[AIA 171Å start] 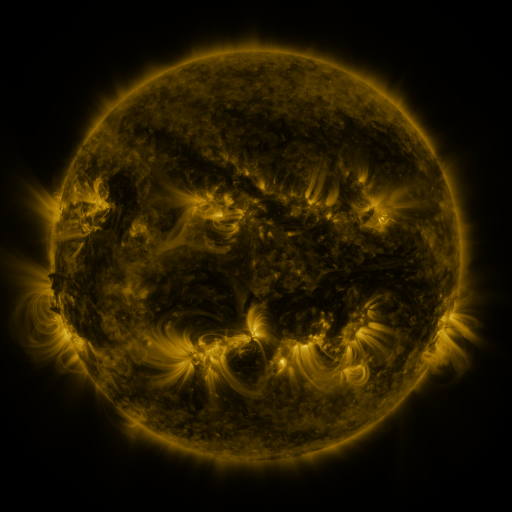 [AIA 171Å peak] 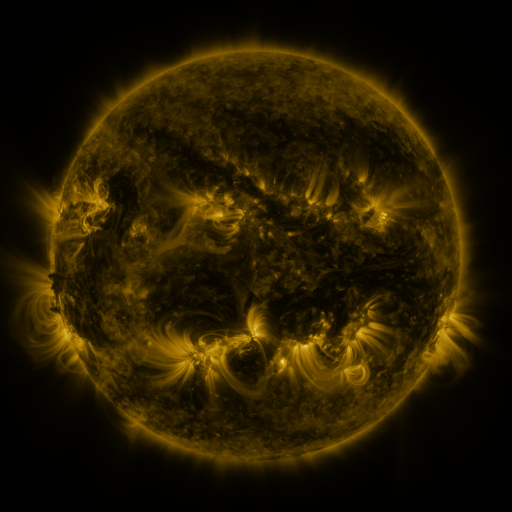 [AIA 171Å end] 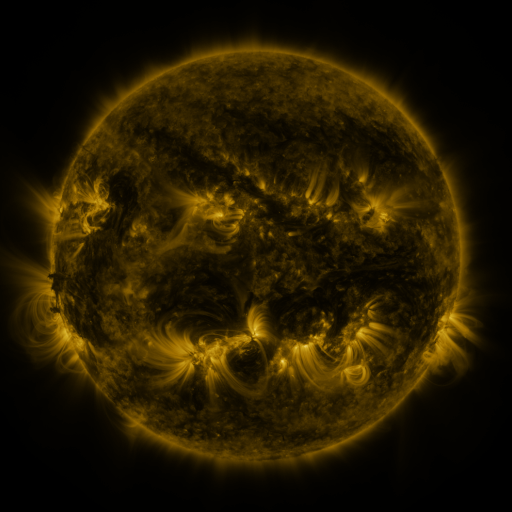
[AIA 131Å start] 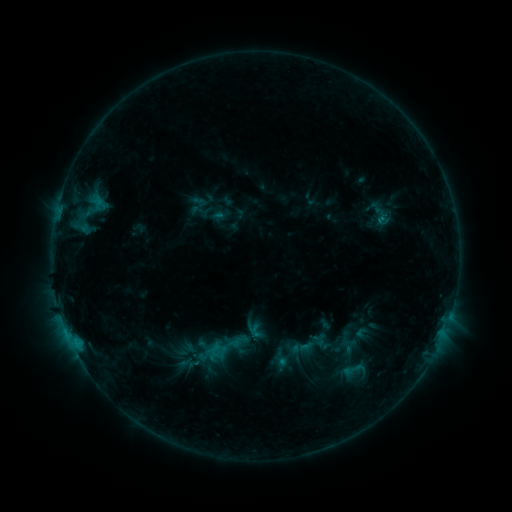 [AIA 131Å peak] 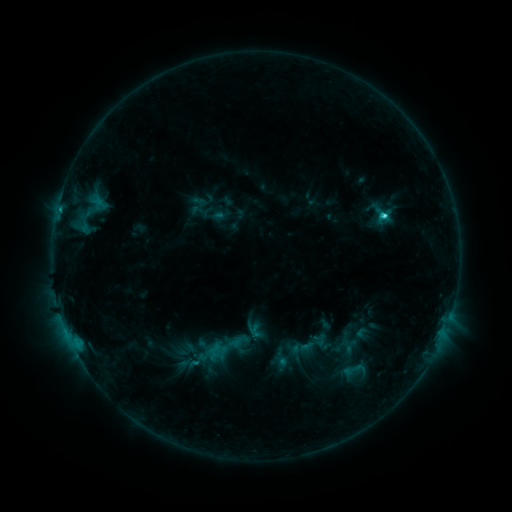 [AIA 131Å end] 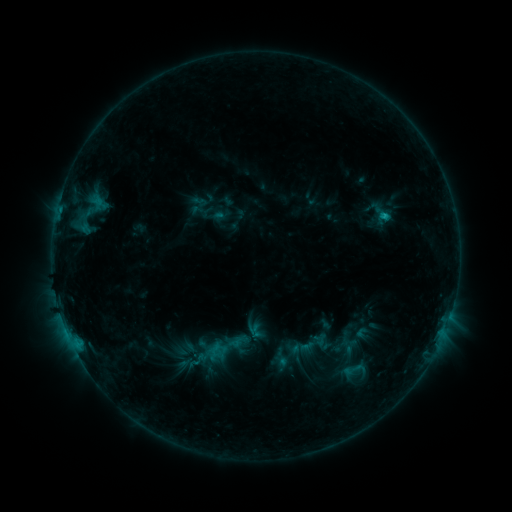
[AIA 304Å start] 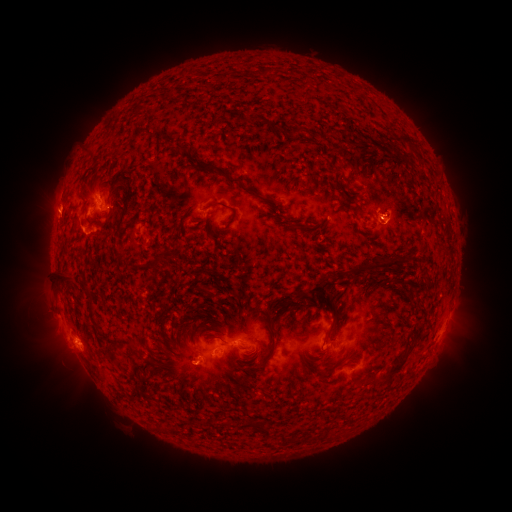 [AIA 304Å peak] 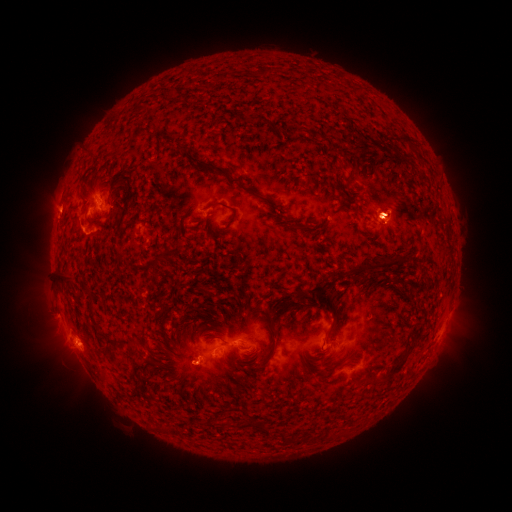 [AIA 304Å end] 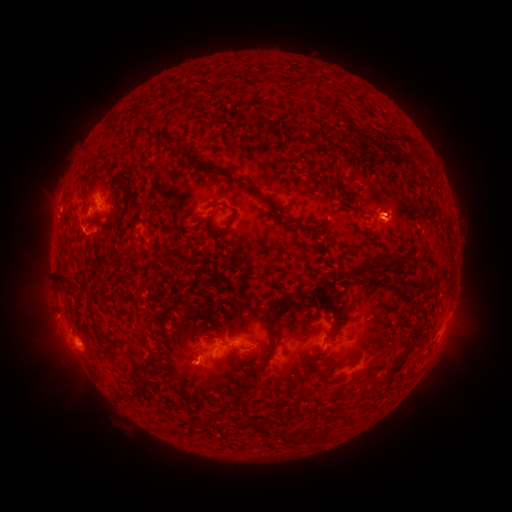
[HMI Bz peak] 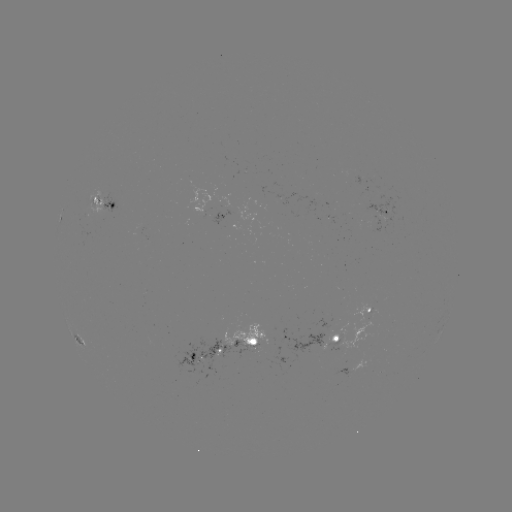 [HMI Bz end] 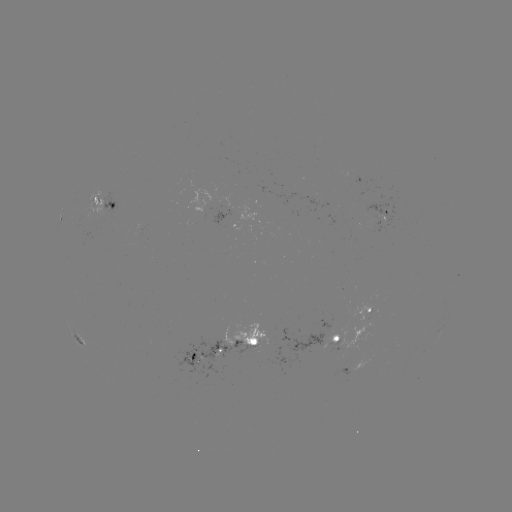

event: eruption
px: (60, 354)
